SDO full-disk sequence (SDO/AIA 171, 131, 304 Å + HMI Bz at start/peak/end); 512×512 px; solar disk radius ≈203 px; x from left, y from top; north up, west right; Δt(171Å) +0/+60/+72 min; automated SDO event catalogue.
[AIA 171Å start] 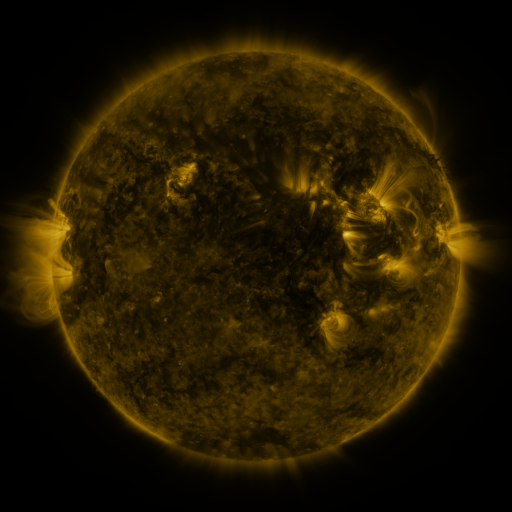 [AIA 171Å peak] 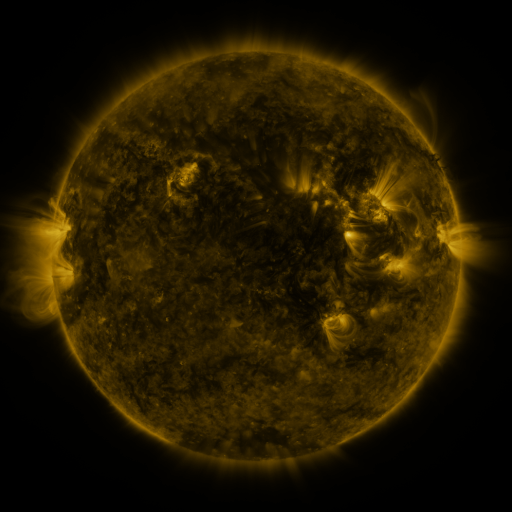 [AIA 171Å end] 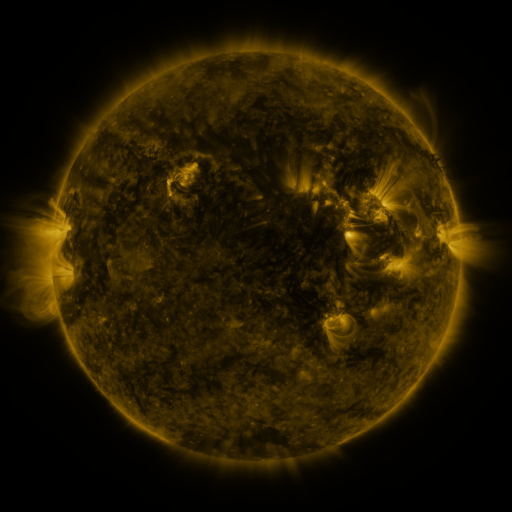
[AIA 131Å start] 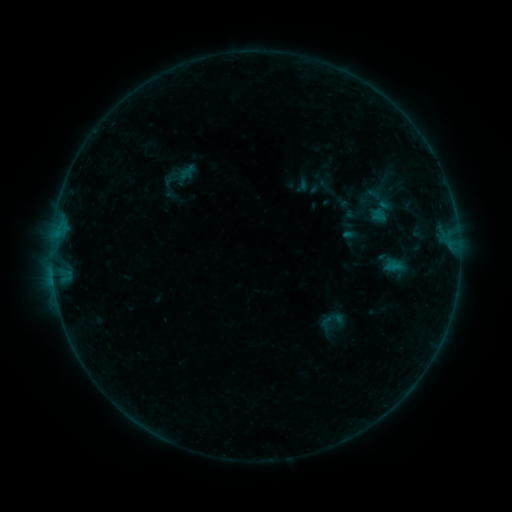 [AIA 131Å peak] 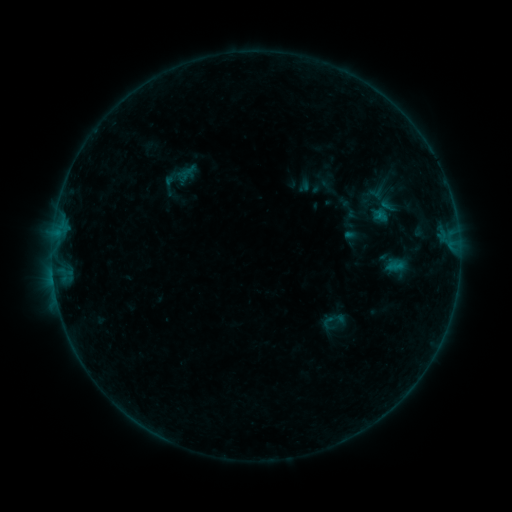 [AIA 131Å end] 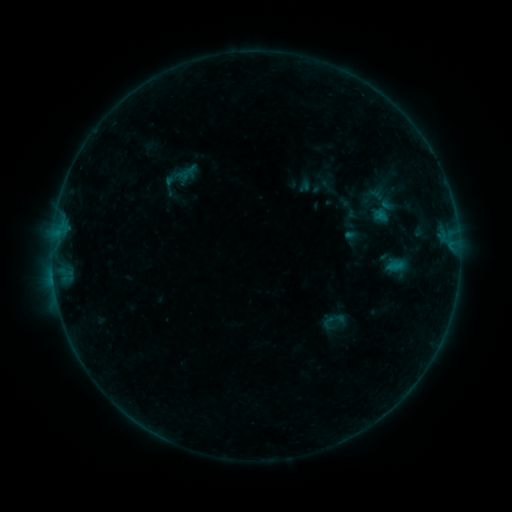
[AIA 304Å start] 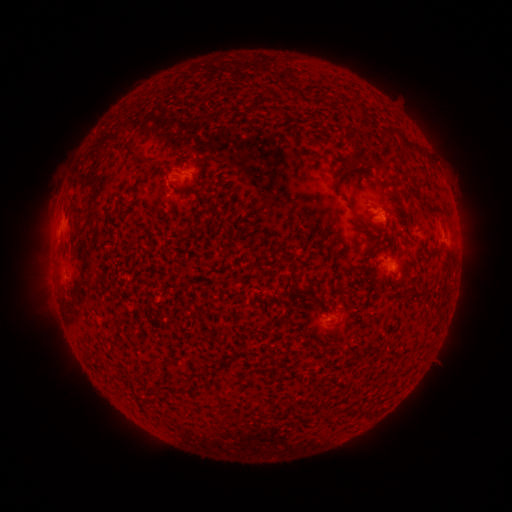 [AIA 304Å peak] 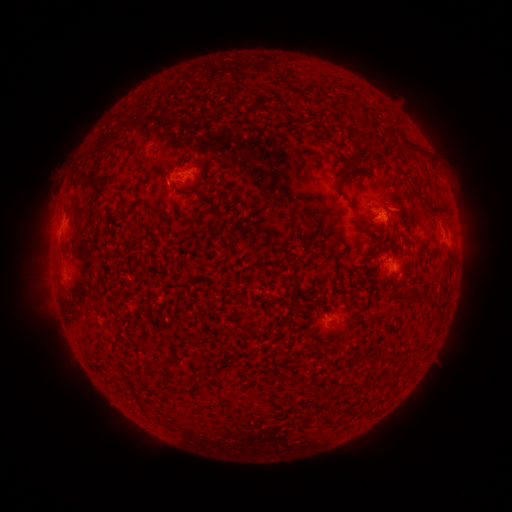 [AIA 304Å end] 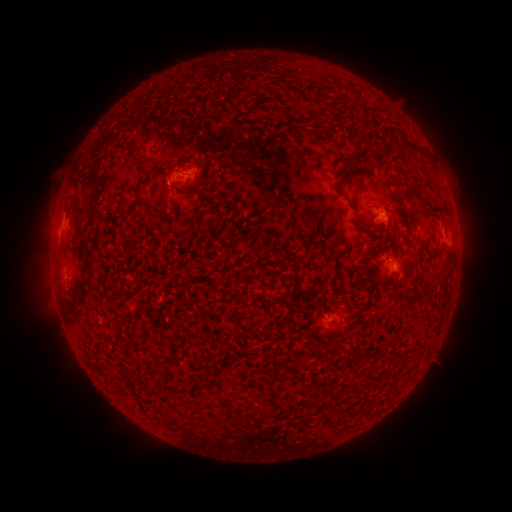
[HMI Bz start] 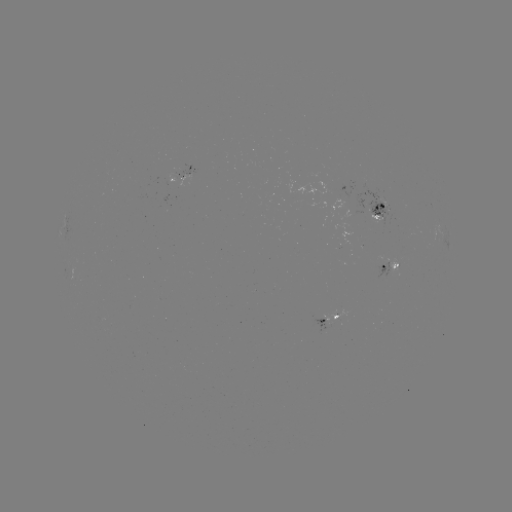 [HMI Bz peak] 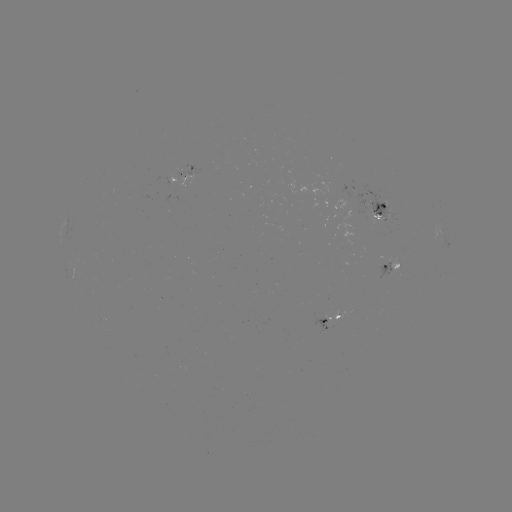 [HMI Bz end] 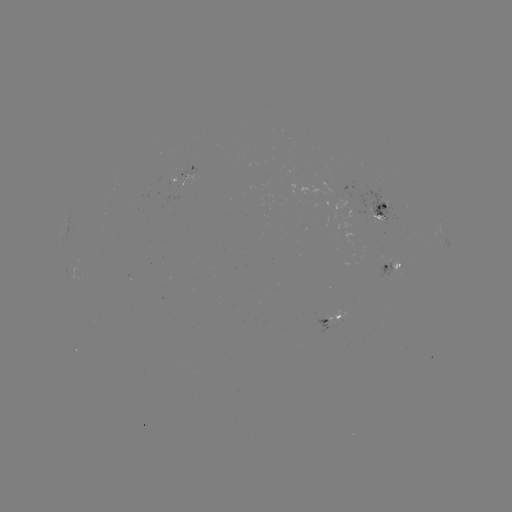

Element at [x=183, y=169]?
emerging-flux region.